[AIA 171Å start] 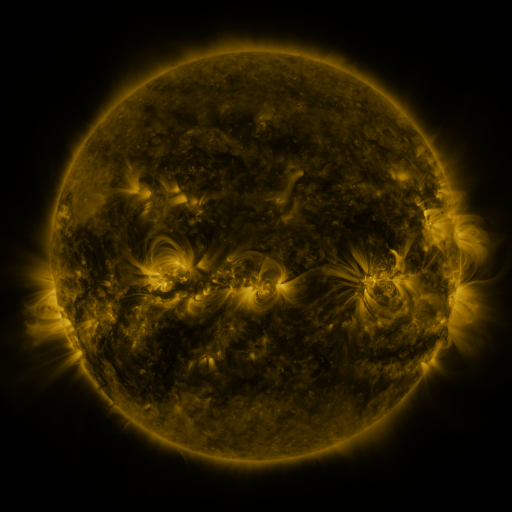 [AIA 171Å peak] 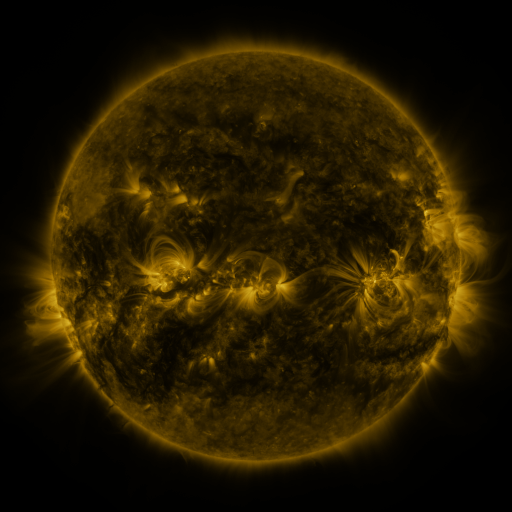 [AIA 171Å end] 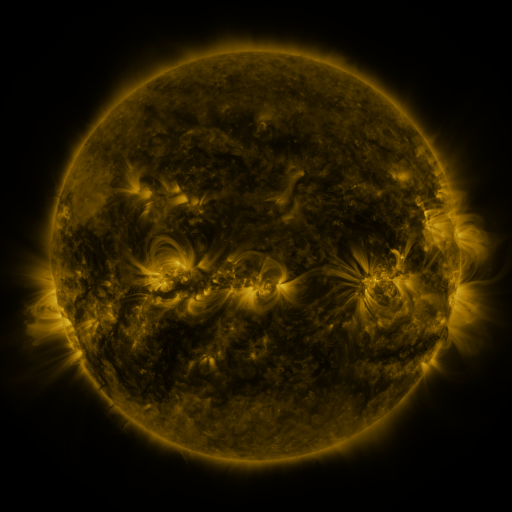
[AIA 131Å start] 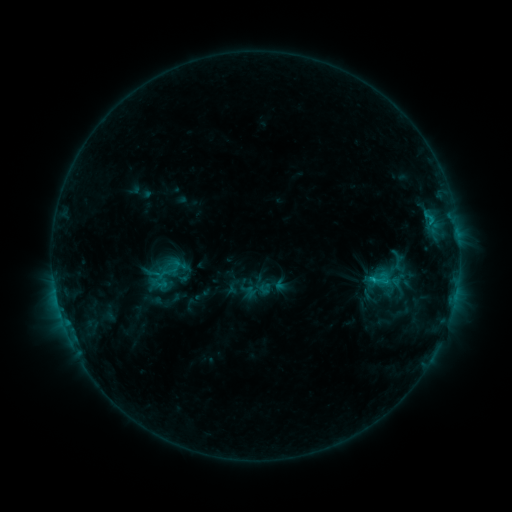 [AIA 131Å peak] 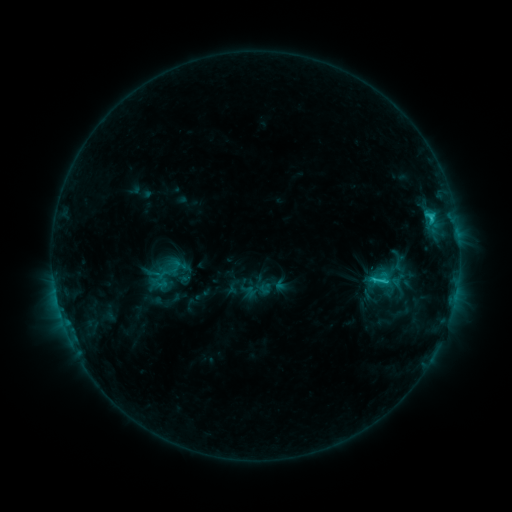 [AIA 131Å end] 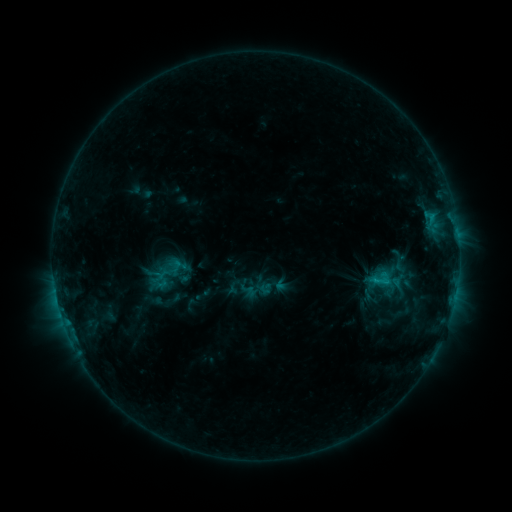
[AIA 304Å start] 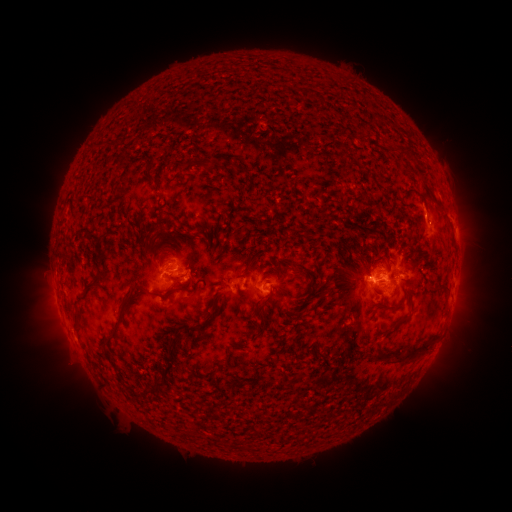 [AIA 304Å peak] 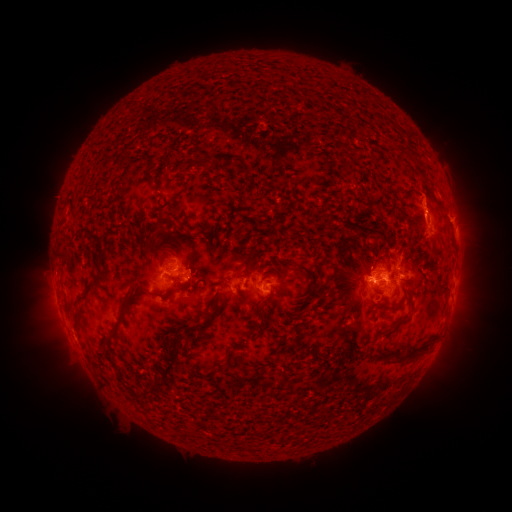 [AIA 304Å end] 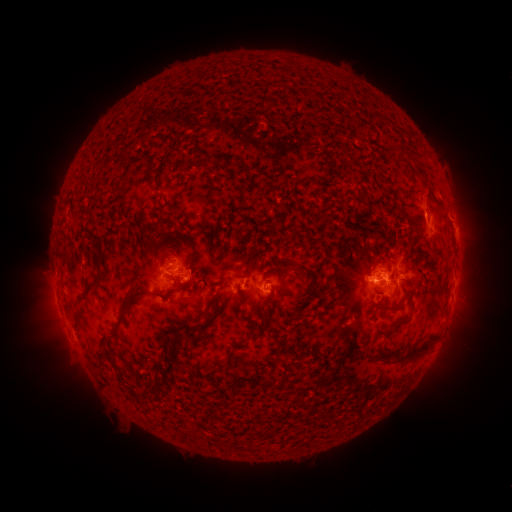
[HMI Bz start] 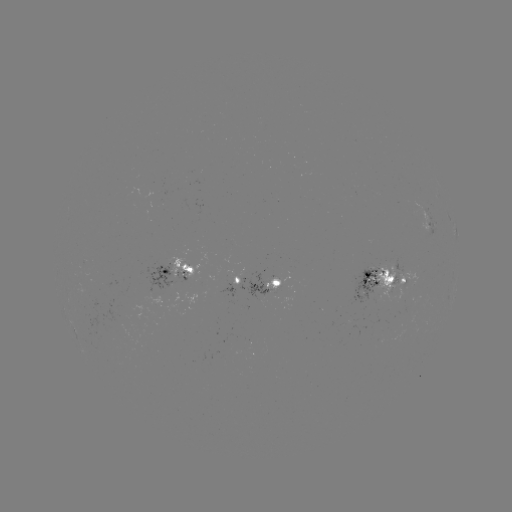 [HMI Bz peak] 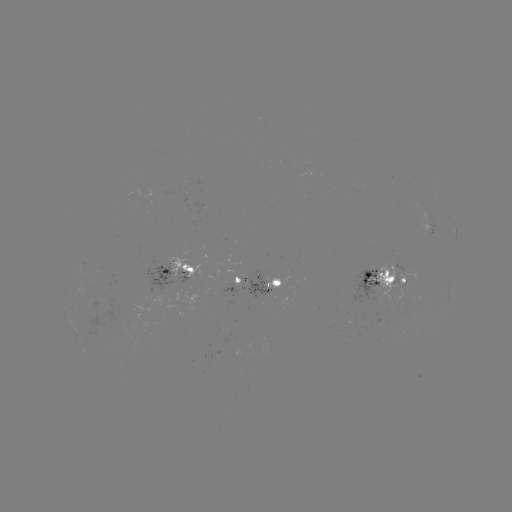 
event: flare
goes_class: C2.3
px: (431, 219)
